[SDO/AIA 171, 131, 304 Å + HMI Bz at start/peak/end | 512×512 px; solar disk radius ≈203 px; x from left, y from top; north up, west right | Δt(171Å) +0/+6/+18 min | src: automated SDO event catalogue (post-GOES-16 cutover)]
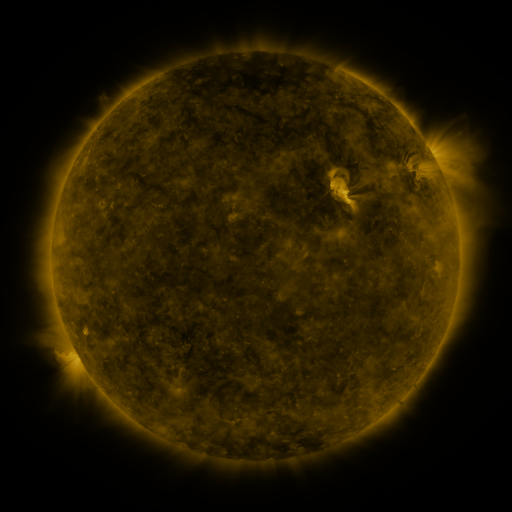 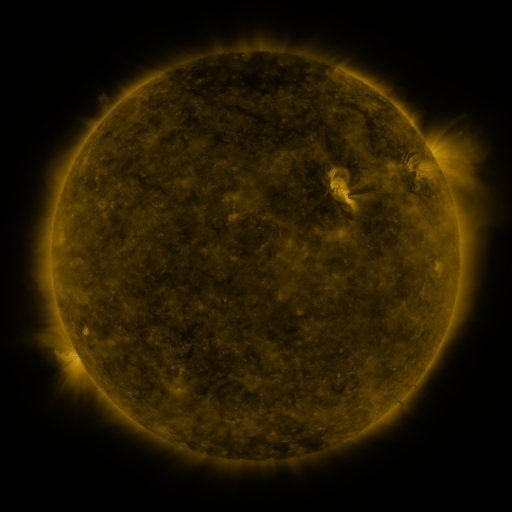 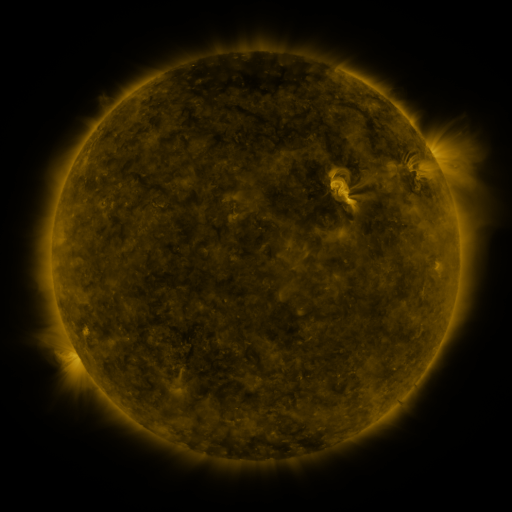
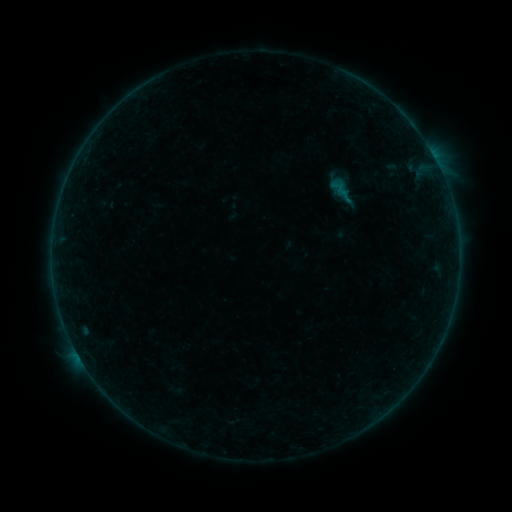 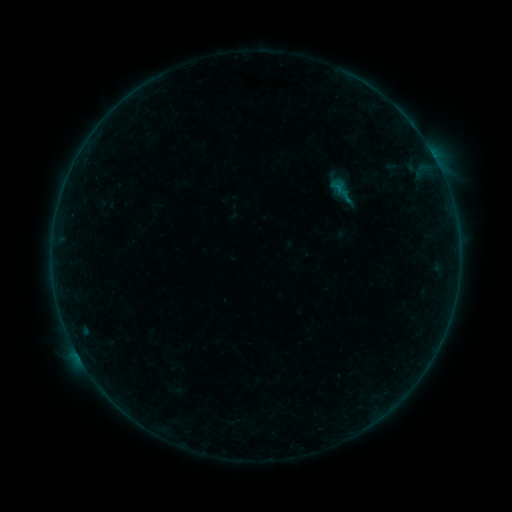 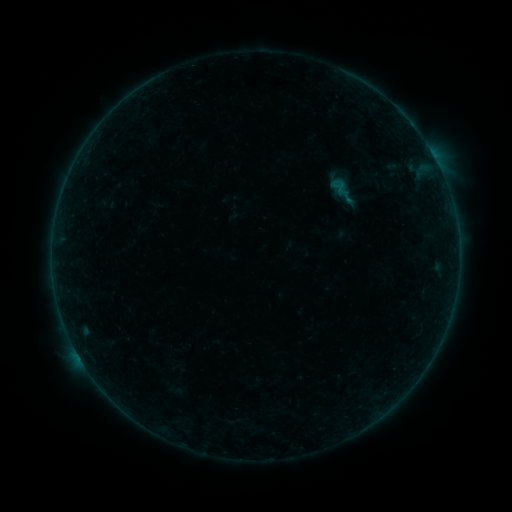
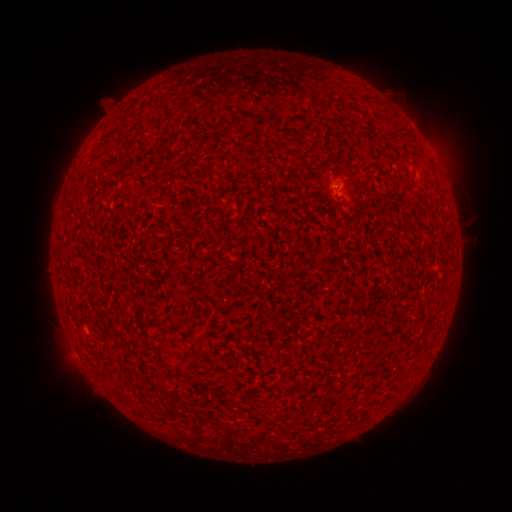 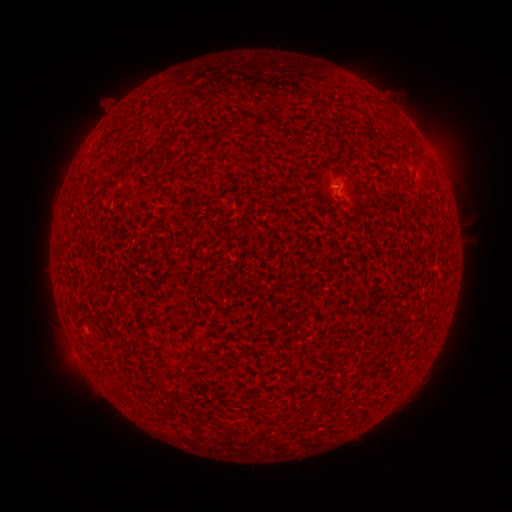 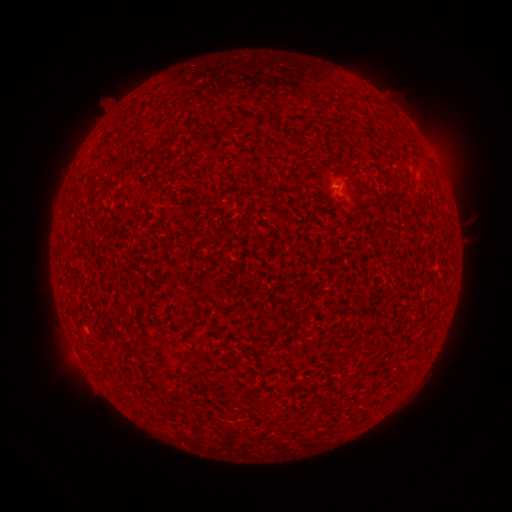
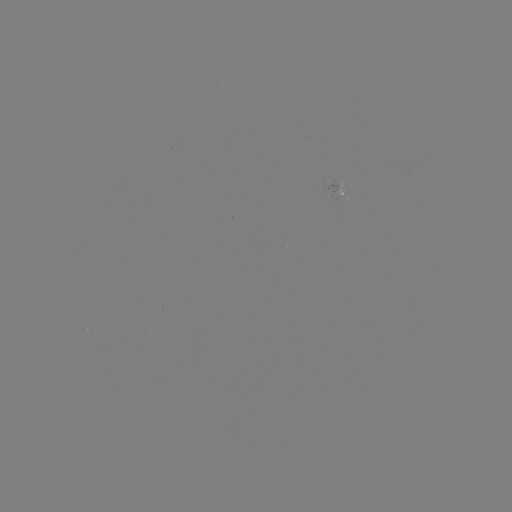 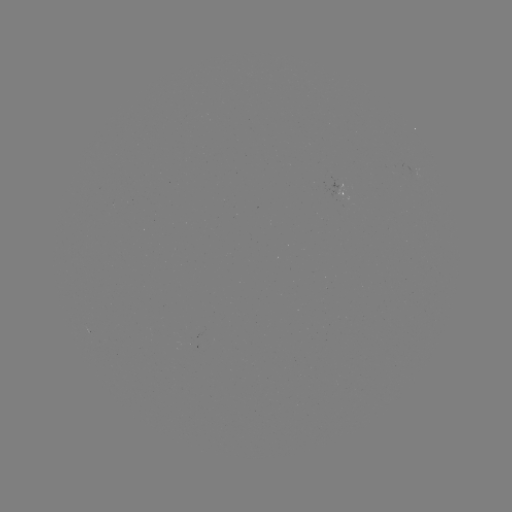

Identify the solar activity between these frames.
B1.0 flare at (337, 189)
